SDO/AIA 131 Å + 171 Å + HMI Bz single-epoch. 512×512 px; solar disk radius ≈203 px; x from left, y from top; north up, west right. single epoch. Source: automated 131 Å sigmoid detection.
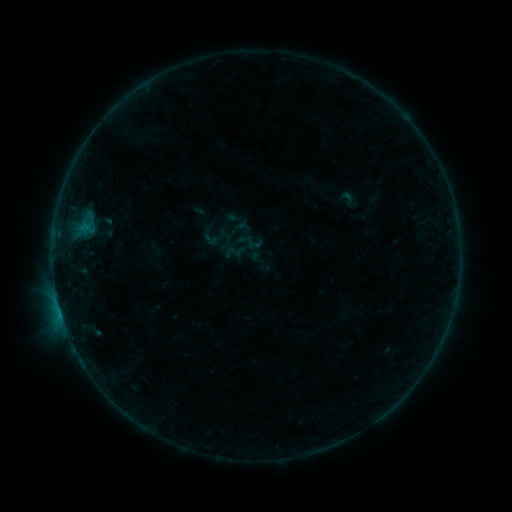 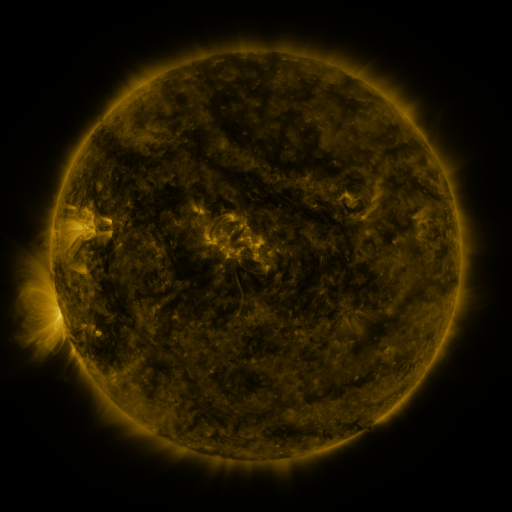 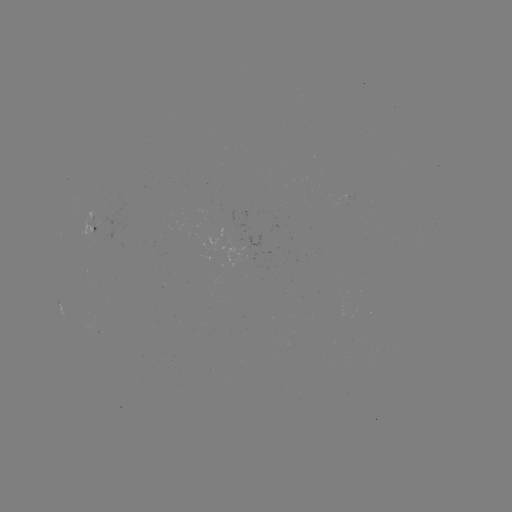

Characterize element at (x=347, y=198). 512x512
sigmoid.